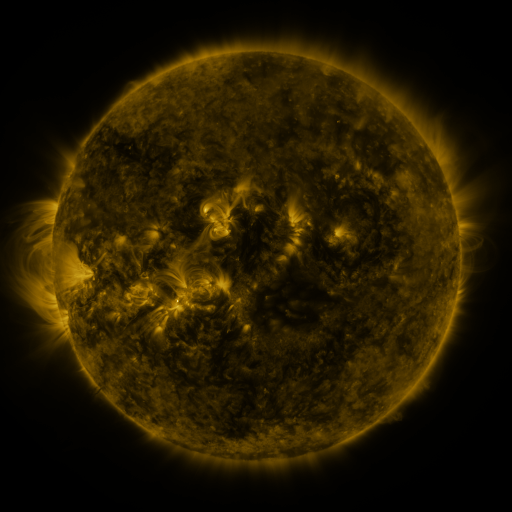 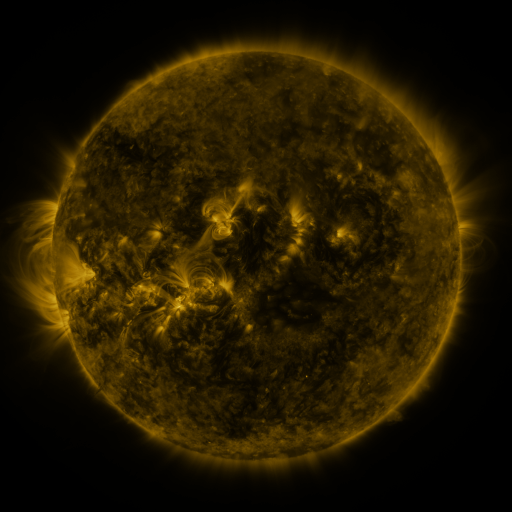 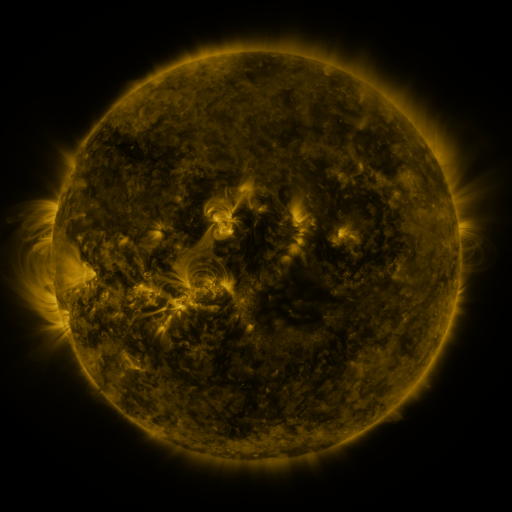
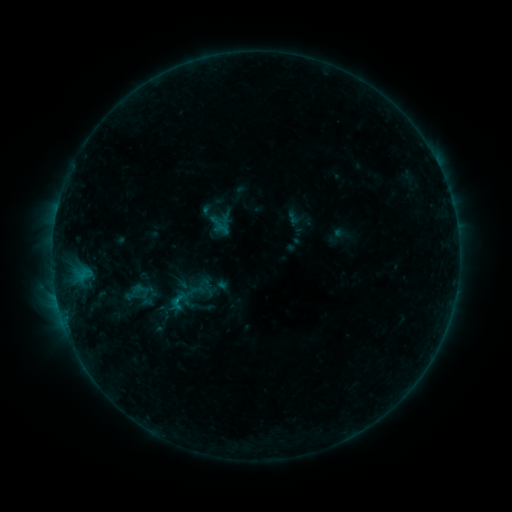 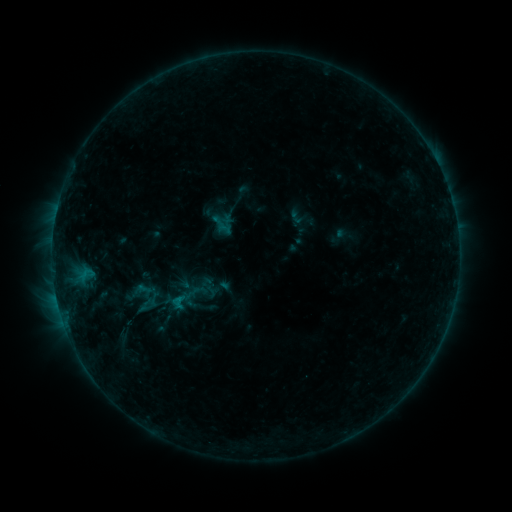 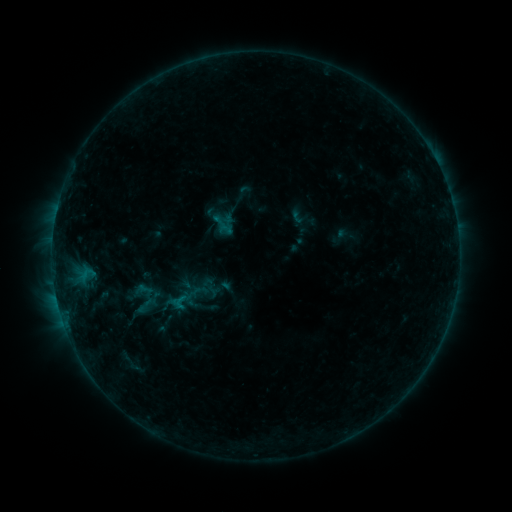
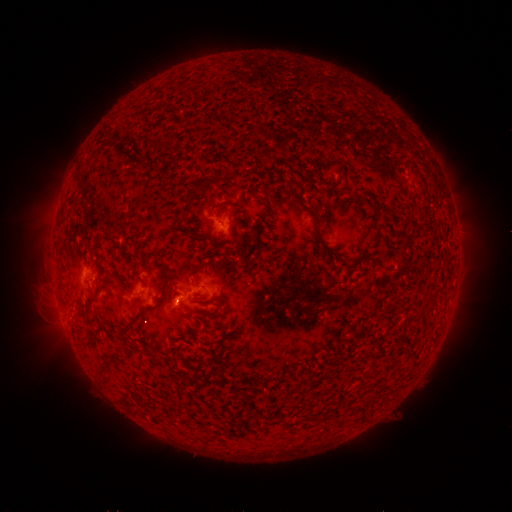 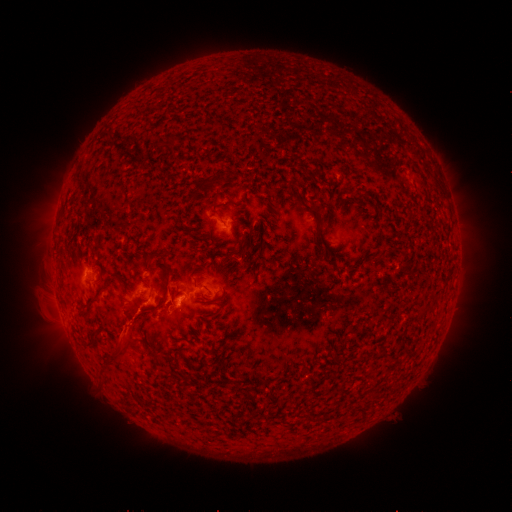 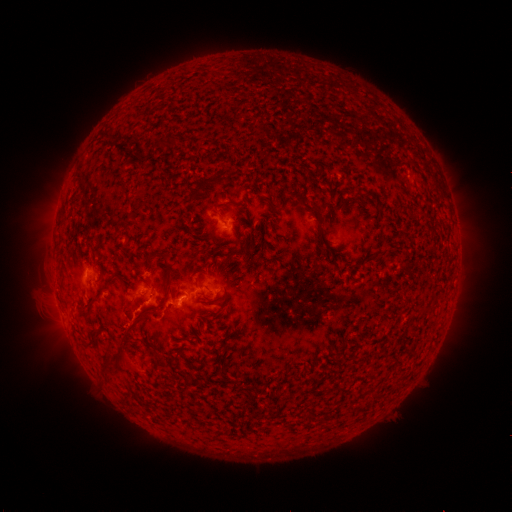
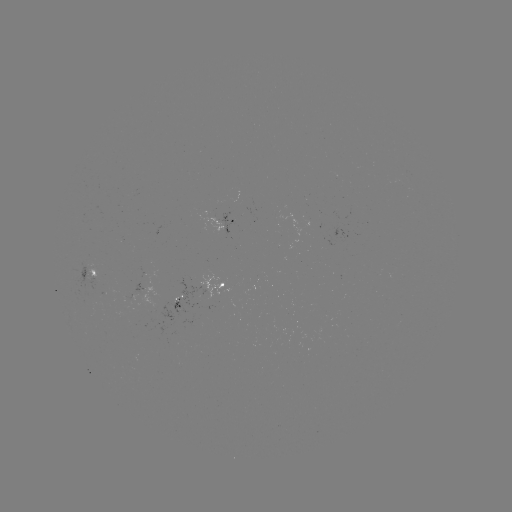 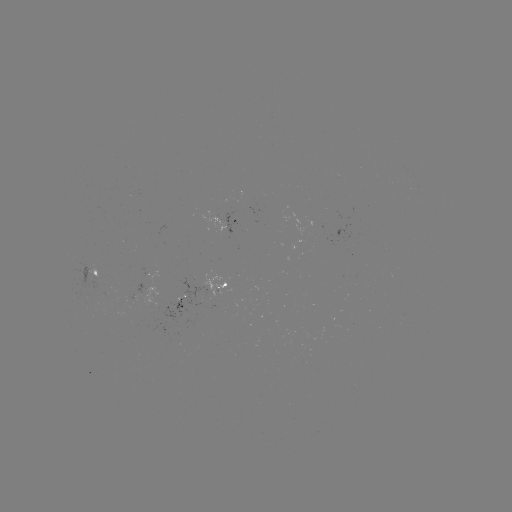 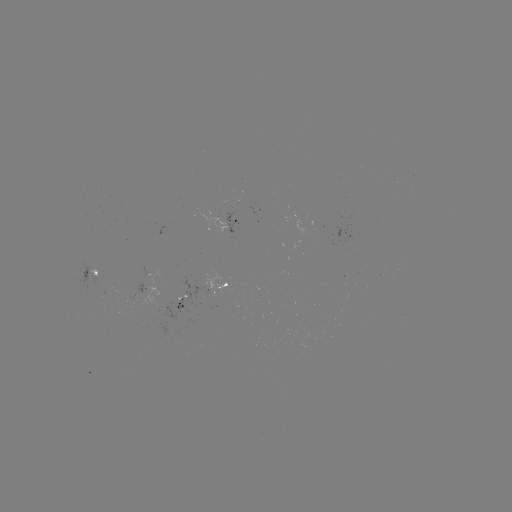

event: emerging-flux region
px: (89, 271)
